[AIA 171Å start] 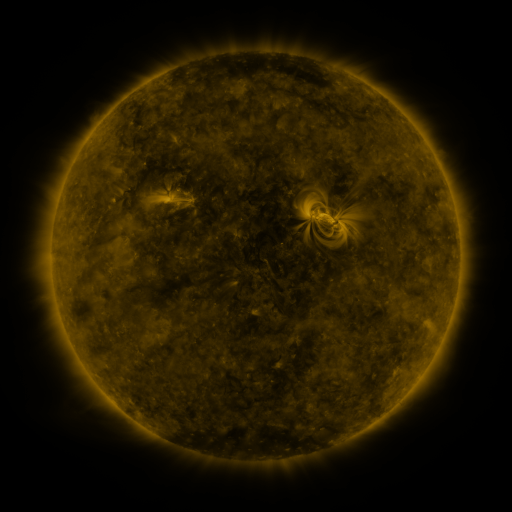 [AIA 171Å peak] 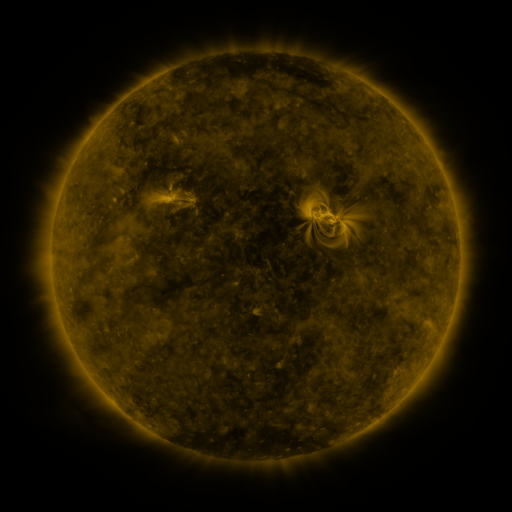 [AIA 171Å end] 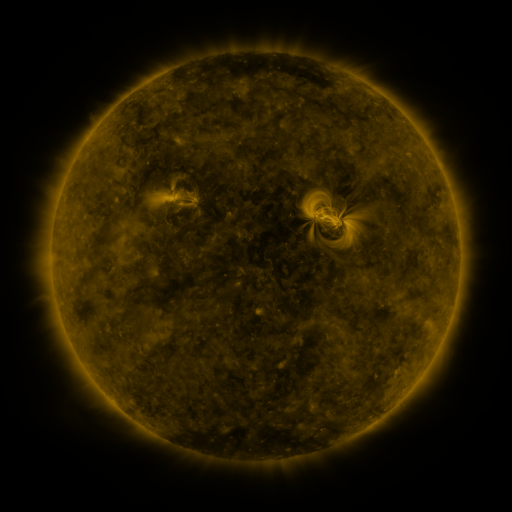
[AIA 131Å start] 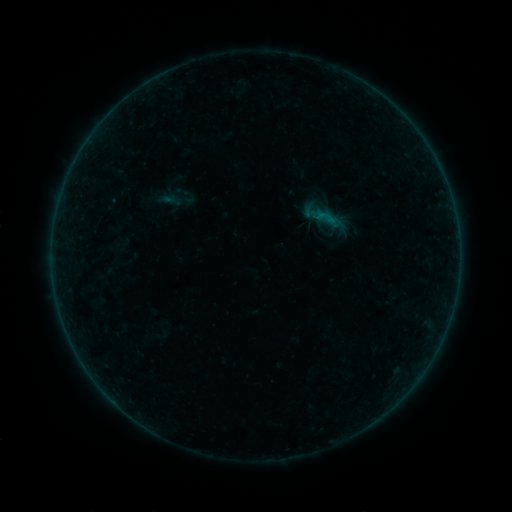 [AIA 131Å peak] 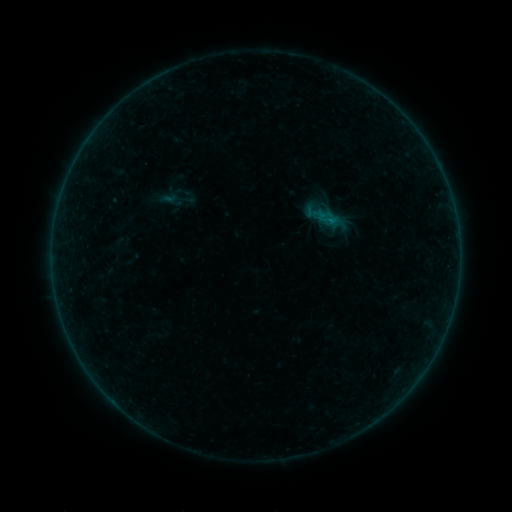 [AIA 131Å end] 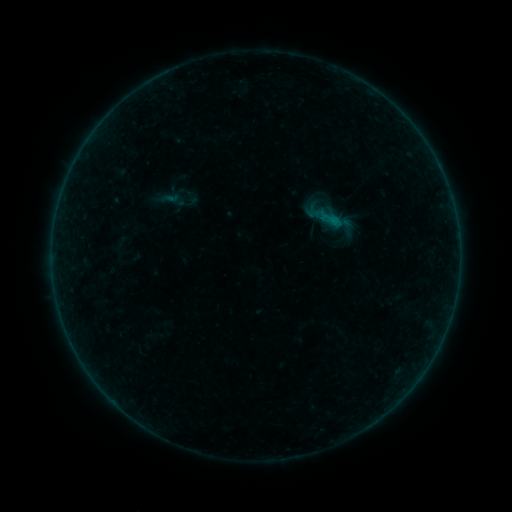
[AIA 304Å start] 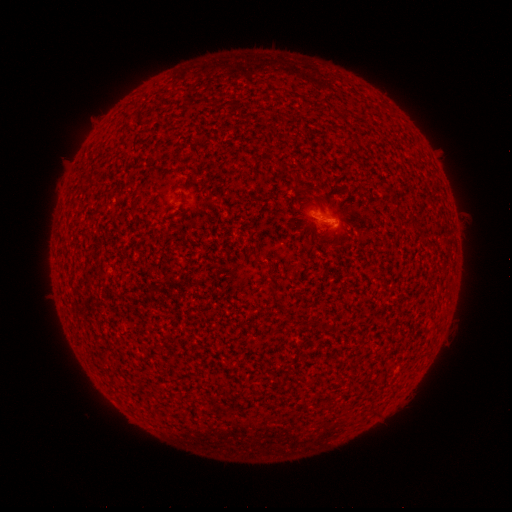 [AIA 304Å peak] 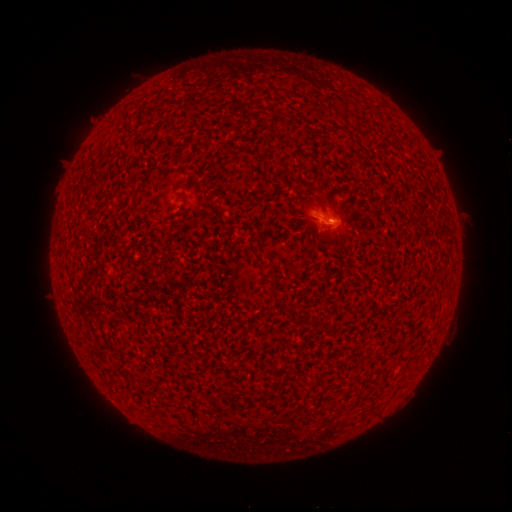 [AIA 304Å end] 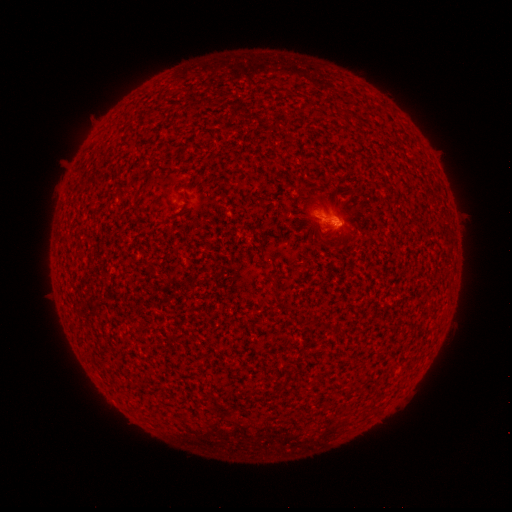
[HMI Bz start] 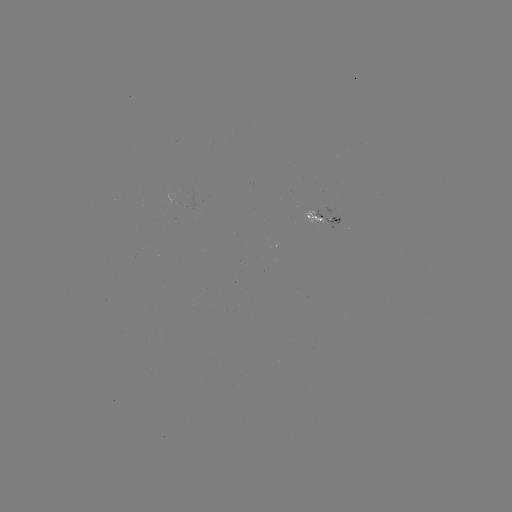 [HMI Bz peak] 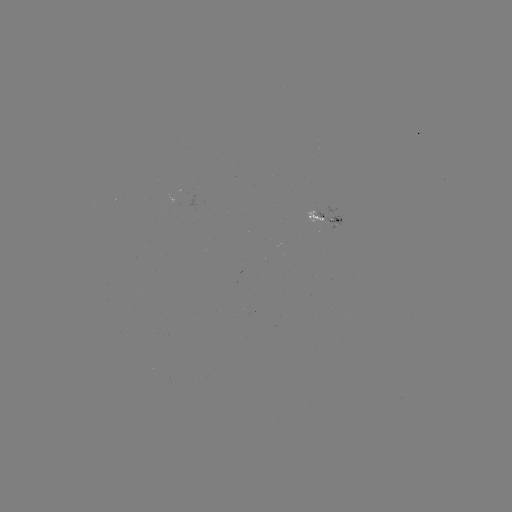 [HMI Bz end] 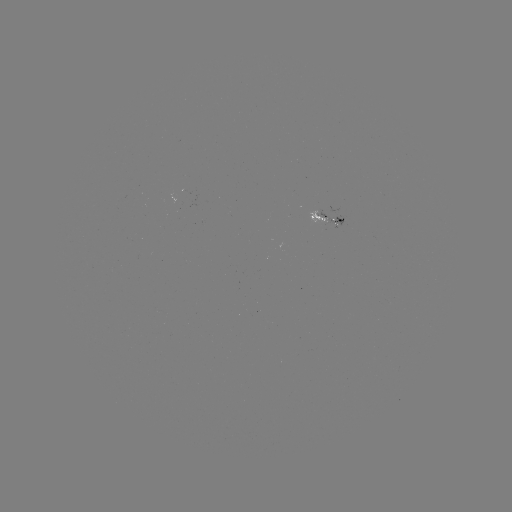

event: flare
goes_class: B2.0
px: (328, 223)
